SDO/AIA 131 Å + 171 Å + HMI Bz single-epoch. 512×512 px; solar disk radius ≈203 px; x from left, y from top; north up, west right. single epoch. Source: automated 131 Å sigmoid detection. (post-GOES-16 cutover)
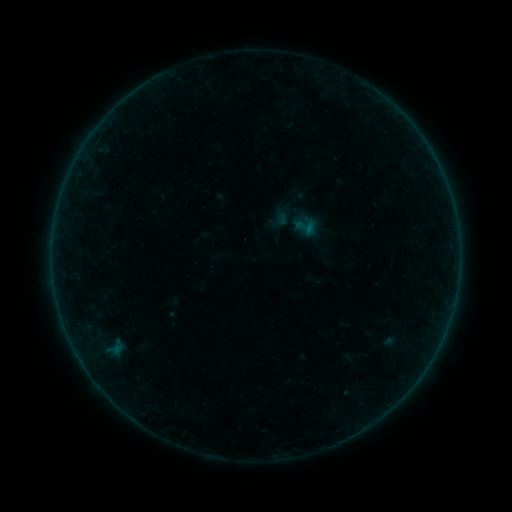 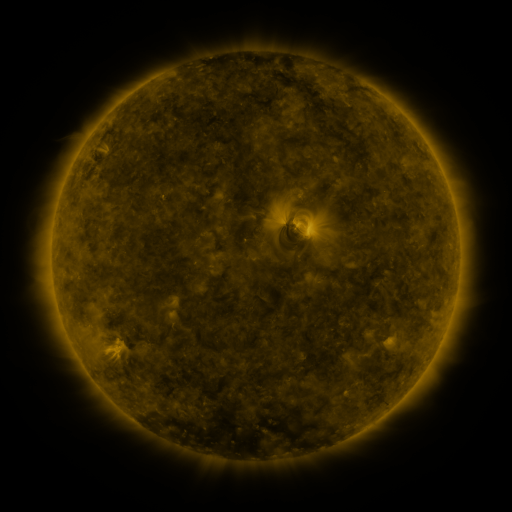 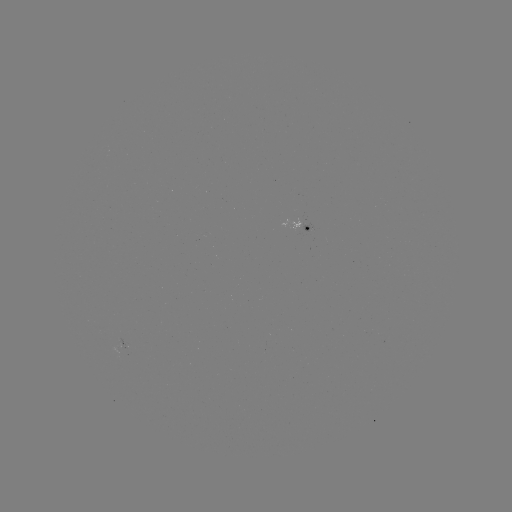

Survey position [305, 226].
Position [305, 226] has sigmoid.